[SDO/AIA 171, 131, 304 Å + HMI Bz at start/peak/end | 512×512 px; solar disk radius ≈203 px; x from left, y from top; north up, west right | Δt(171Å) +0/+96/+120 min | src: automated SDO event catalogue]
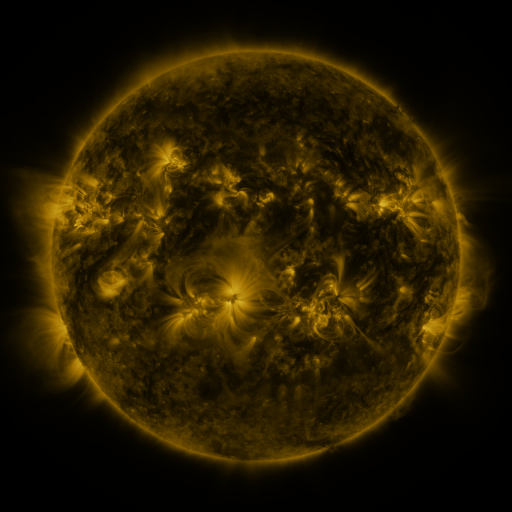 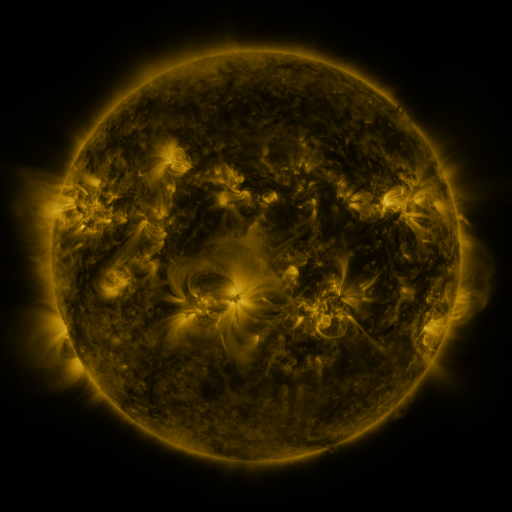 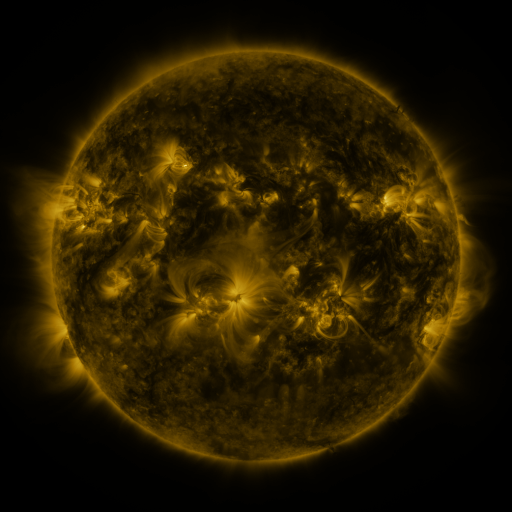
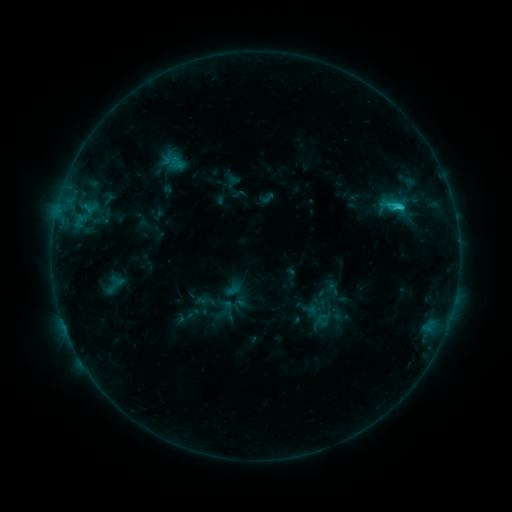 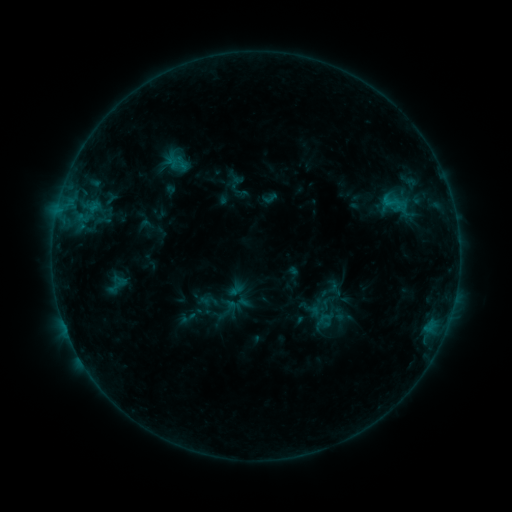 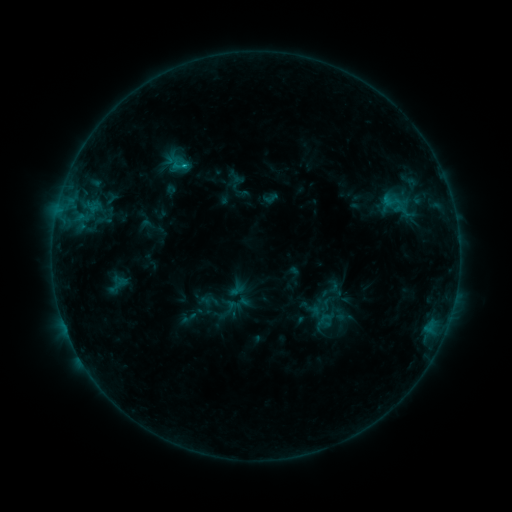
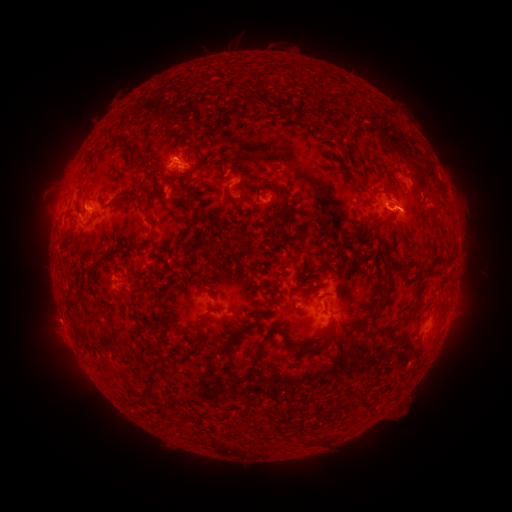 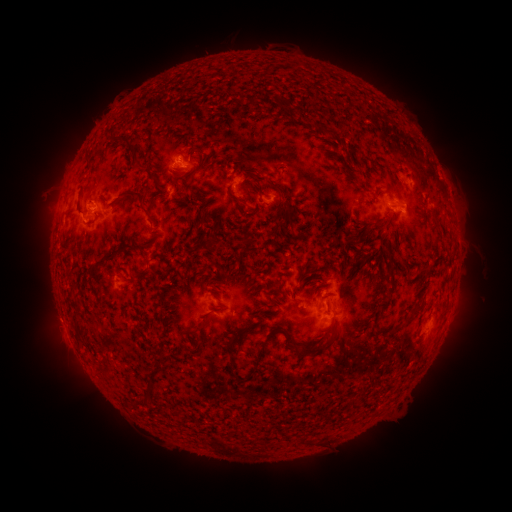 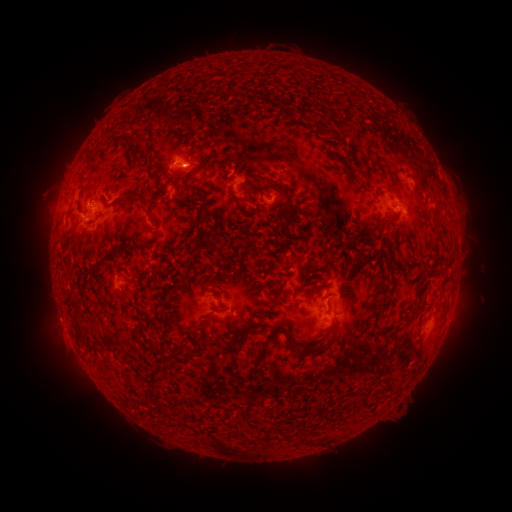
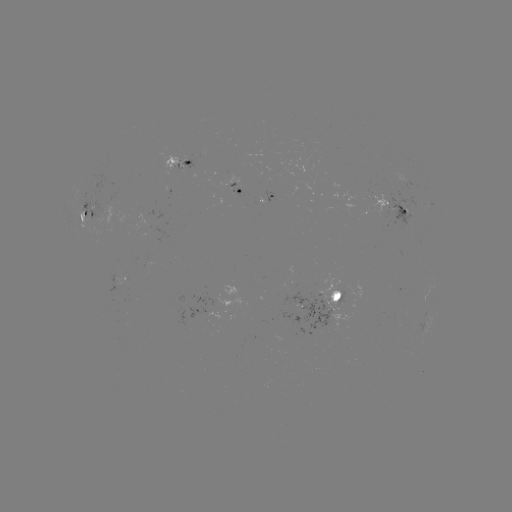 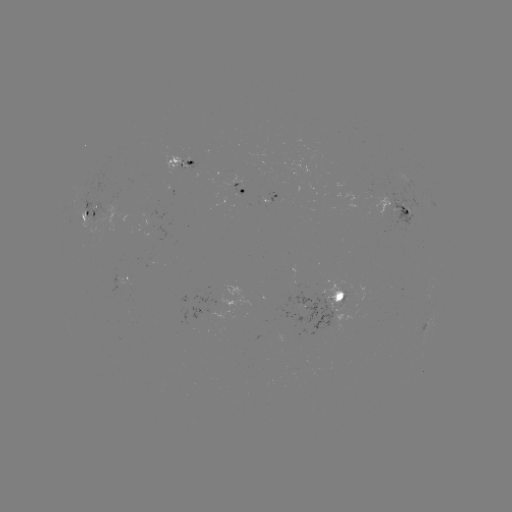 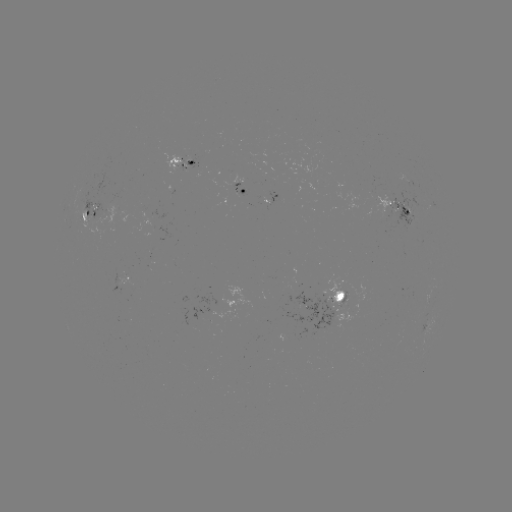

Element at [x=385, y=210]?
emerging-flux region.